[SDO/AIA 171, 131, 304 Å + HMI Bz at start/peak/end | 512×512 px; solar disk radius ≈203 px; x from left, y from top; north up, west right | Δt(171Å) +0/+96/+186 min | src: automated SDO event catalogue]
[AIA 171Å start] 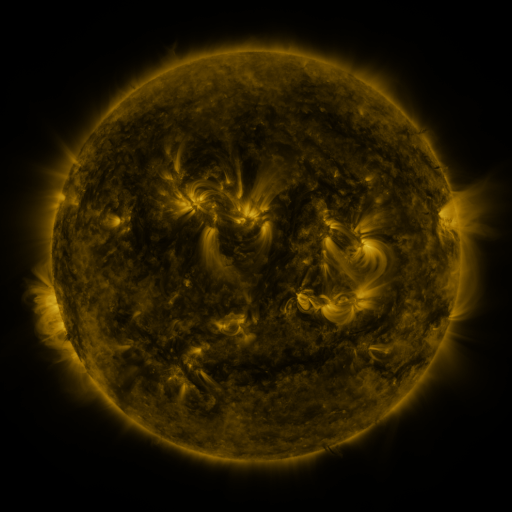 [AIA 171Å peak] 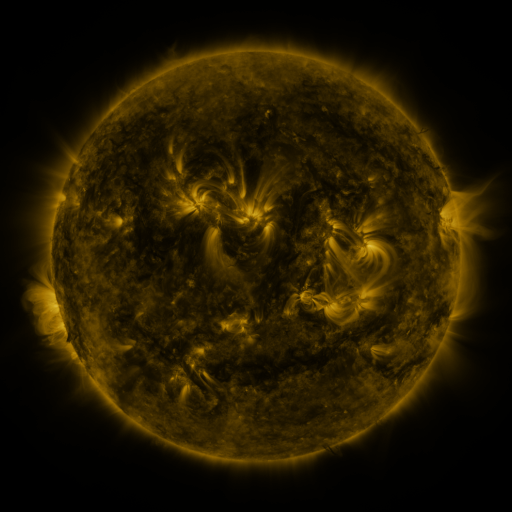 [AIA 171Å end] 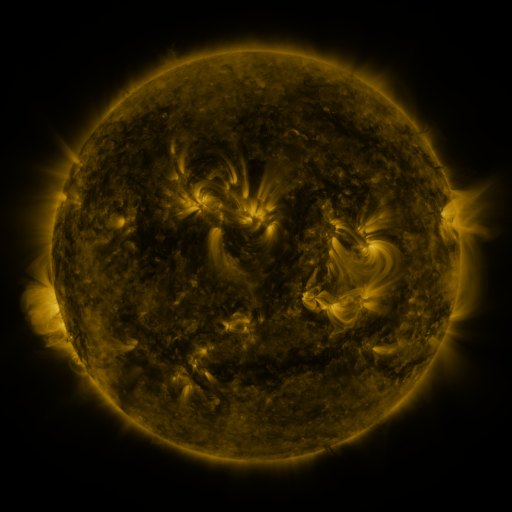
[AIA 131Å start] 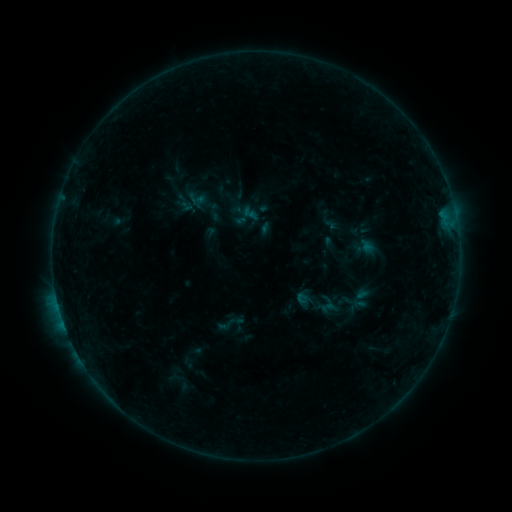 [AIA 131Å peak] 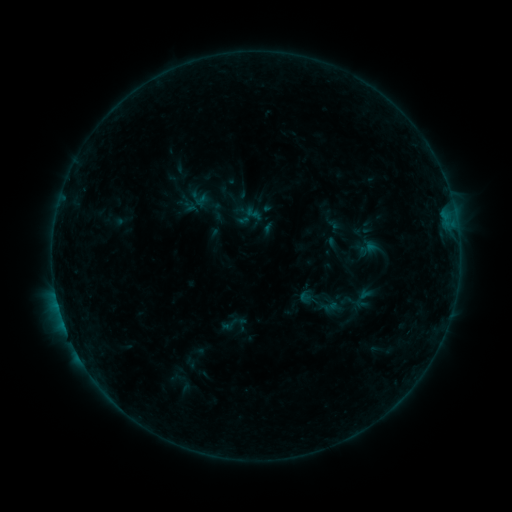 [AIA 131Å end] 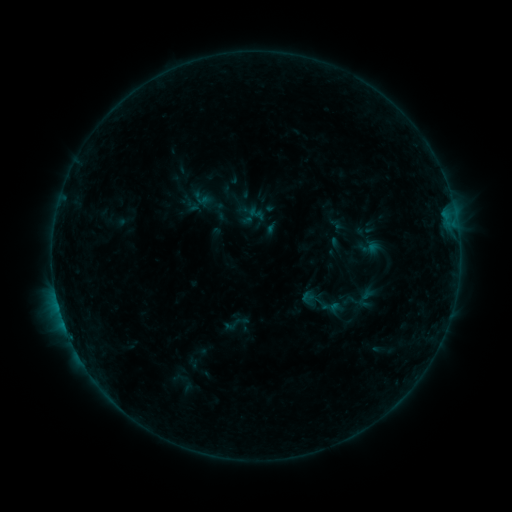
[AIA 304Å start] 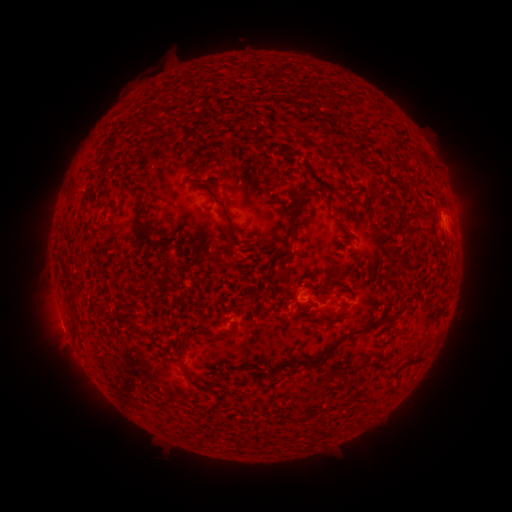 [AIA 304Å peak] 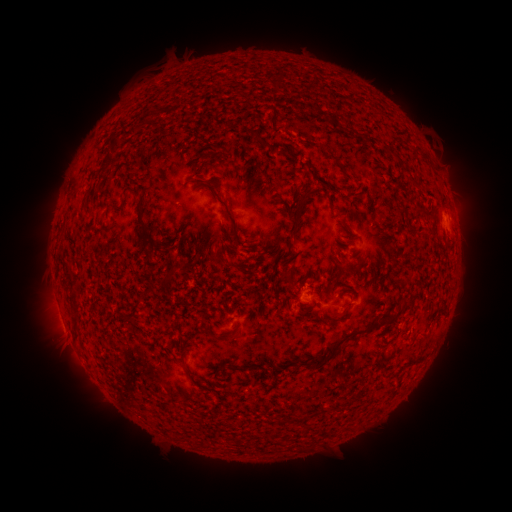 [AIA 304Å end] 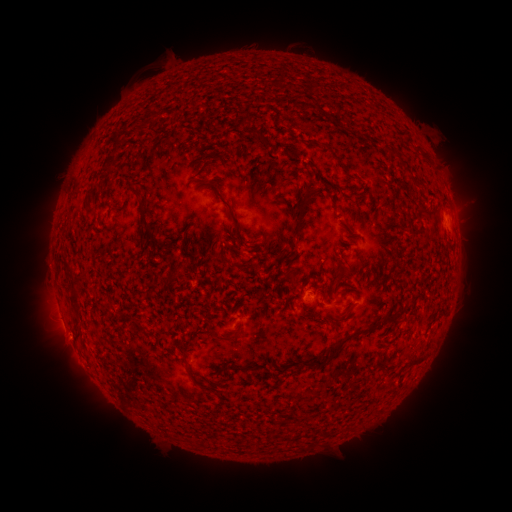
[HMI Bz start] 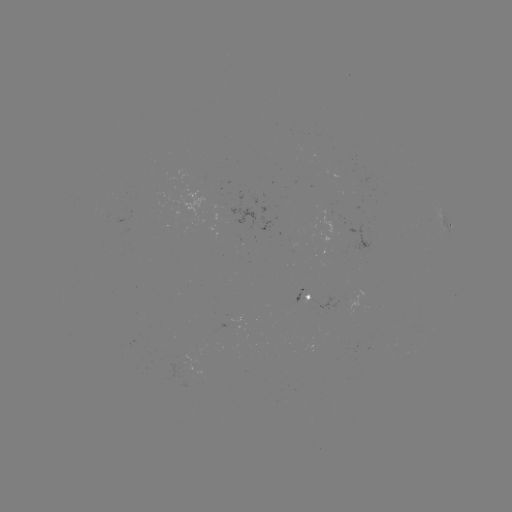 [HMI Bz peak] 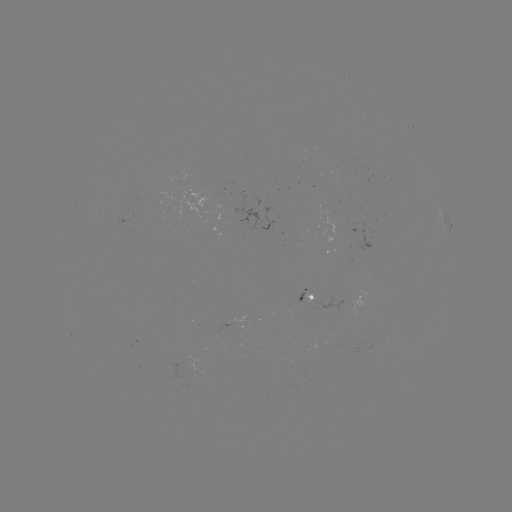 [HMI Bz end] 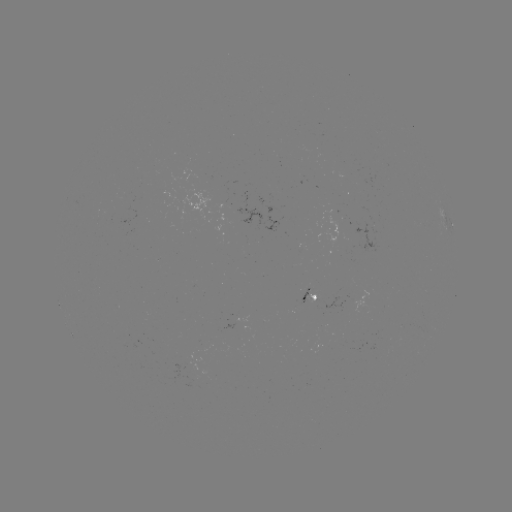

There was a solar filament eruption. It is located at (292, 120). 